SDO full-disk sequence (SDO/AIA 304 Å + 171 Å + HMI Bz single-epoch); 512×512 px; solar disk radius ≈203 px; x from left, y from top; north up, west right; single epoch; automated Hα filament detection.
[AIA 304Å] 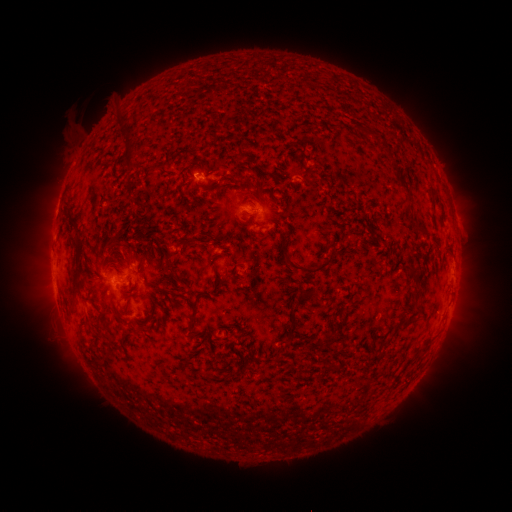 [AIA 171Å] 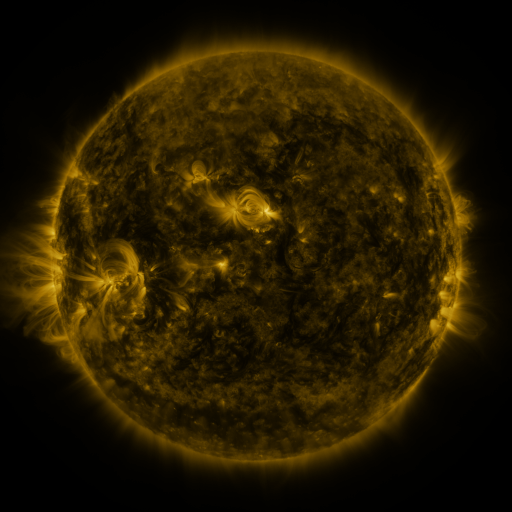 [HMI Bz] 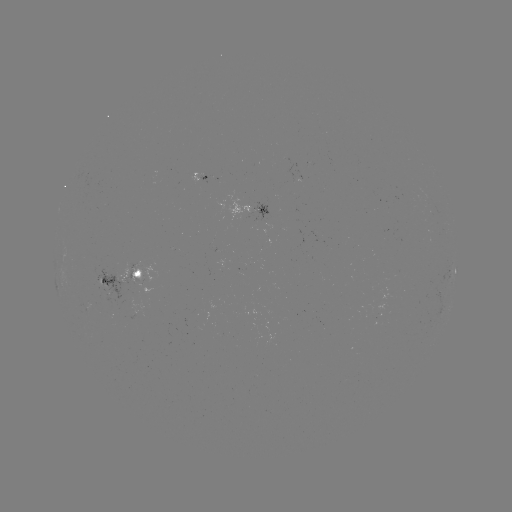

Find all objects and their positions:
filament: <bbox>126, 138, 134, 150</bbox>
filament: <bbox>125, 156, 135, 168</bbox>
filament: <bbox>244, 191, 254, 198</bbox>
filament: <bbox>254, 221, 267, 228</bbox>
filament: <bbox>415, 226, 425, 235</bbox>
filament: <bbox>282, 253, 330, 275</bbox>
filament: <bbox>73, 275, 80, 288</bbox>
filament: <bbox>187, 300, 199, 327</bbox>
filament: <bbox>84, 313, 91, 323</bbox>
filament: <bbox>404, 315, 415, 326</bbox>
filament: <bbox>287, 316, 295, 334</bbox>
